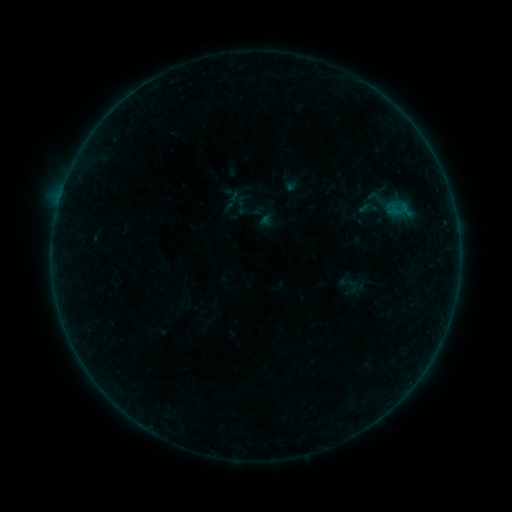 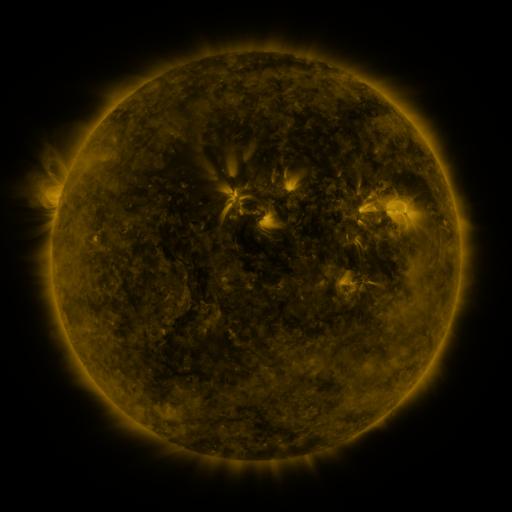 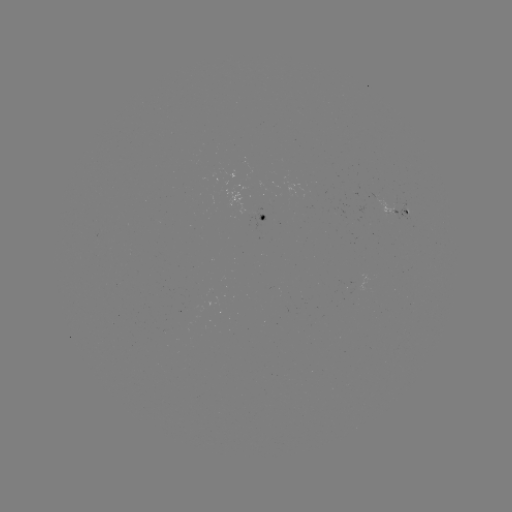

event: sigmoid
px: (376, 198)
